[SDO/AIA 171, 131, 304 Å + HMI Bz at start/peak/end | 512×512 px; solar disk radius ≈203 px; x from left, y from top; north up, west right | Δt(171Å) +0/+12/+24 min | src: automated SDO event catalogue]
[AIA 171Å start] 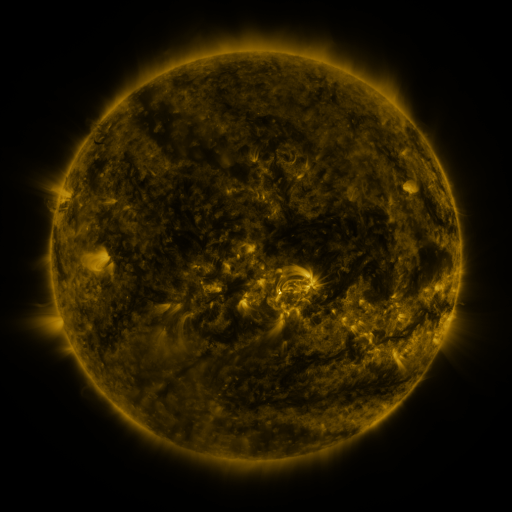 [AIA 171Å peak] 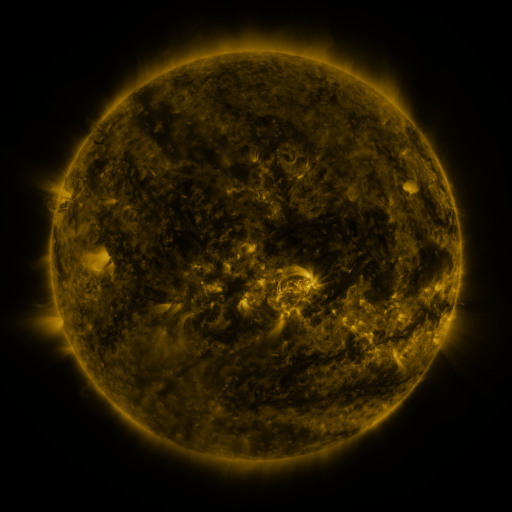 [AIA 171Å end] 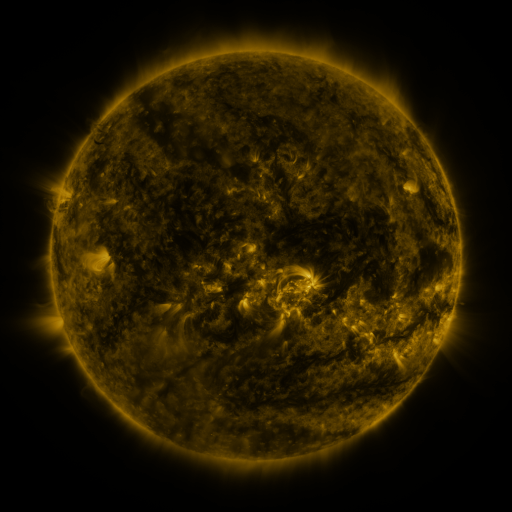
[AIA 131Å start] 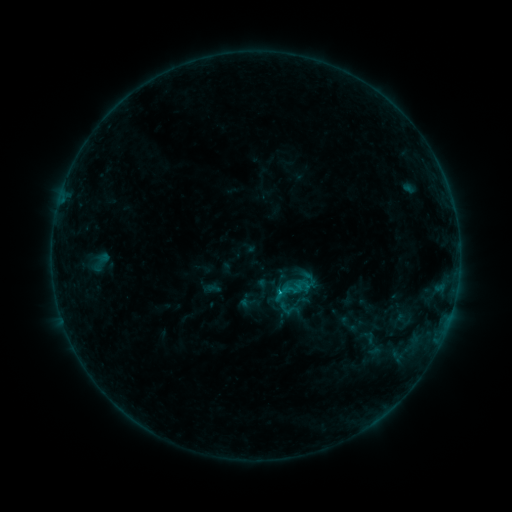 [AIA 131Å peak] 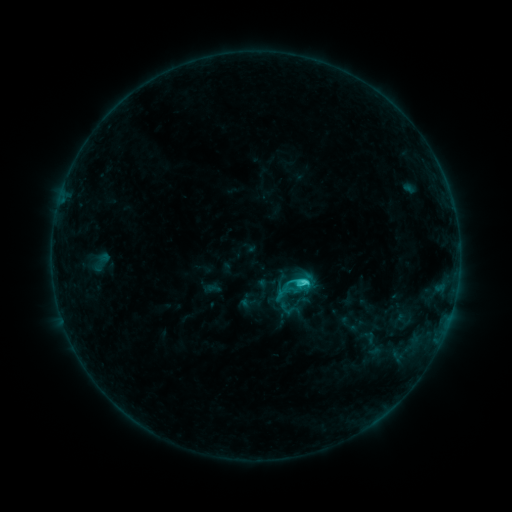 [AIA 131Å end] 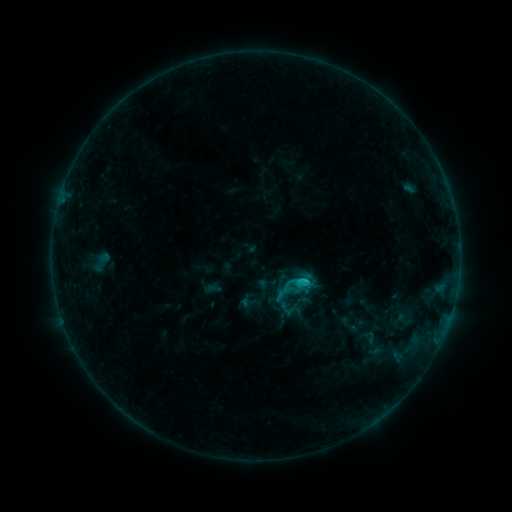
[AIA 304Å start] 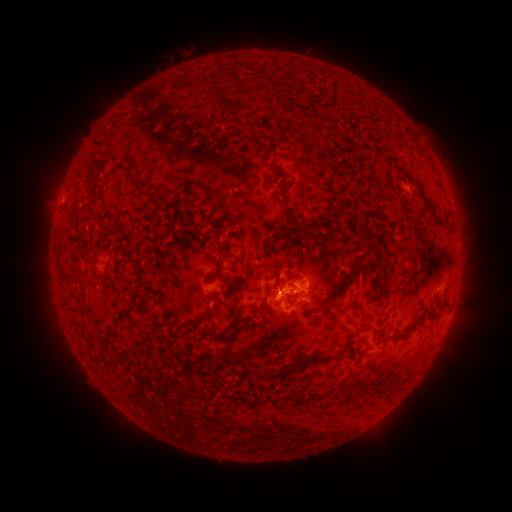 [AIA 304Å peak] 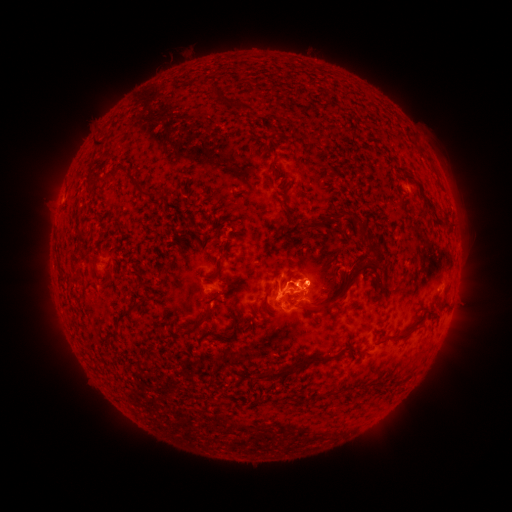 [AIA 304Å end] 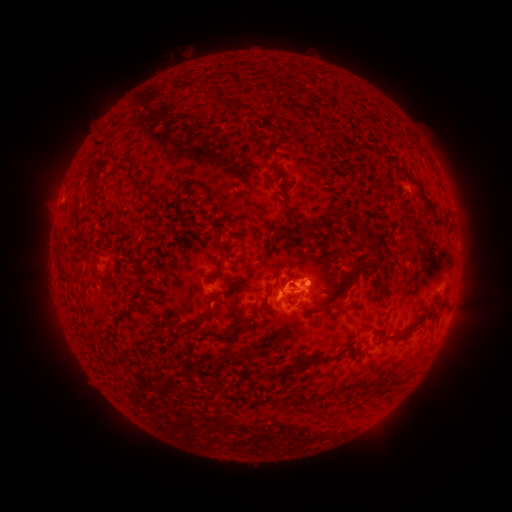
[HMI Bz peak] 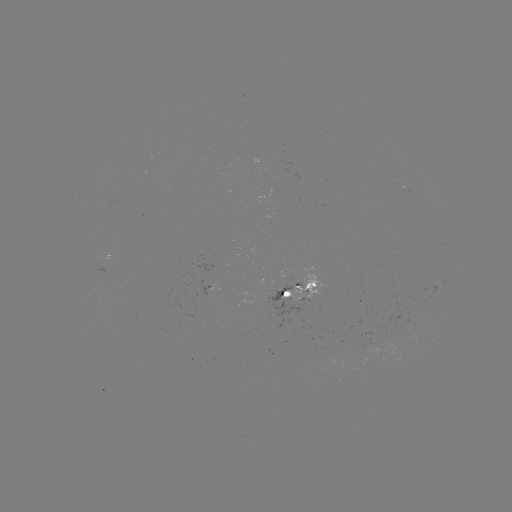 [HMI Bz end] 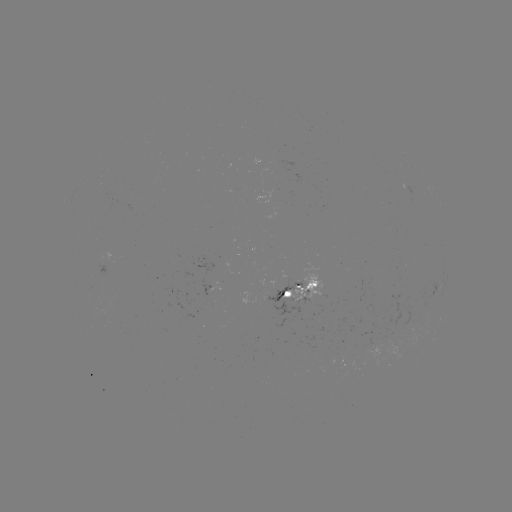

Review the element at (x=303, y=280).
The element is C2.3 flare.